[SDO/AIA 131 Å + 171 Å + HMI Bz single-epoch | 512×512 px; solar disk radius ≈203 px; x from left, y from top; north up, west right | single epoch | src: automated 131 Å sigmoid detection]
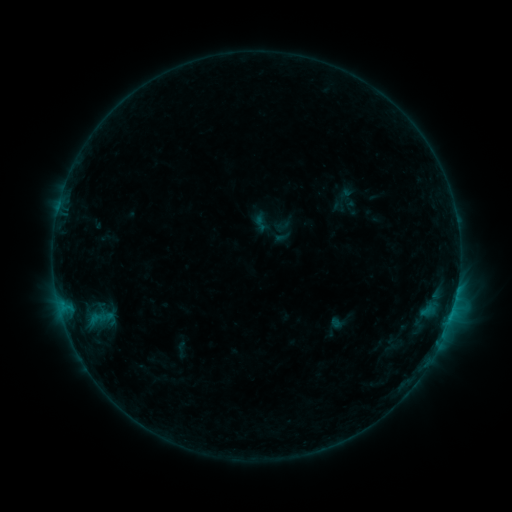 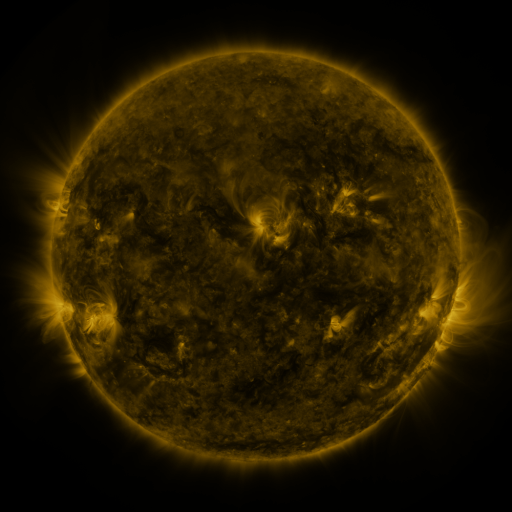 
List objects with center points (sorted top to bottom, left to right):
sigmoid: [250, 213, 271, 233]
